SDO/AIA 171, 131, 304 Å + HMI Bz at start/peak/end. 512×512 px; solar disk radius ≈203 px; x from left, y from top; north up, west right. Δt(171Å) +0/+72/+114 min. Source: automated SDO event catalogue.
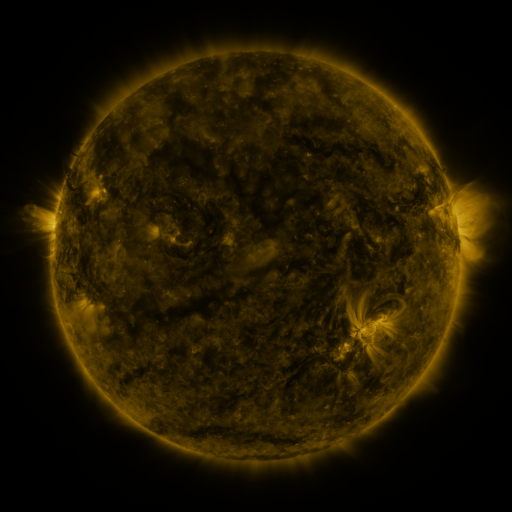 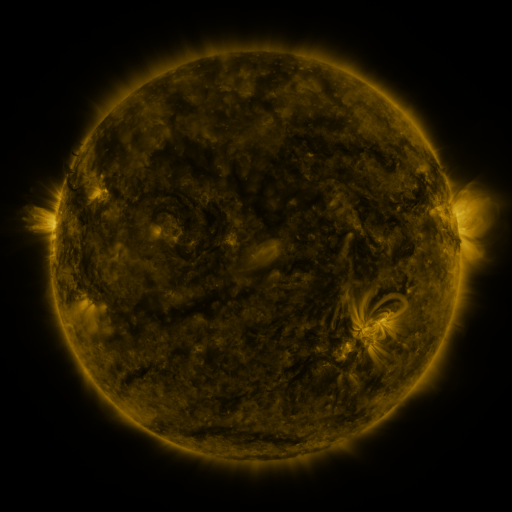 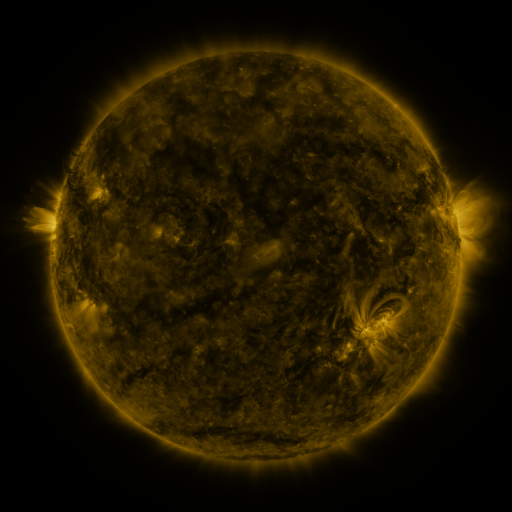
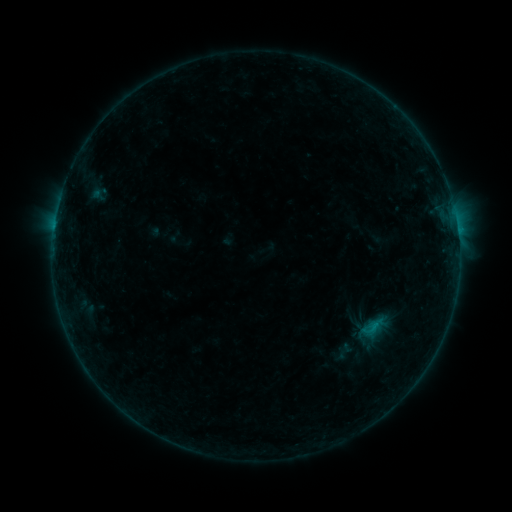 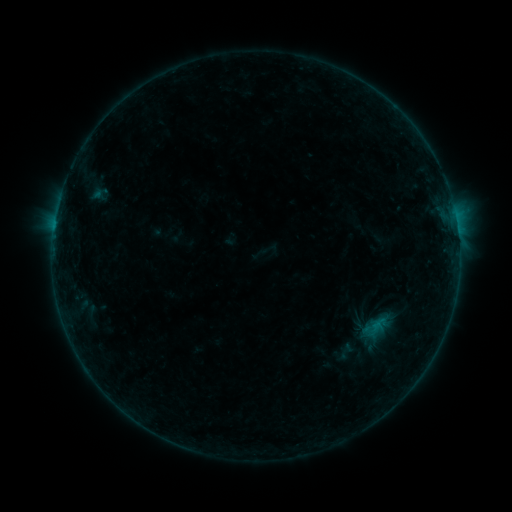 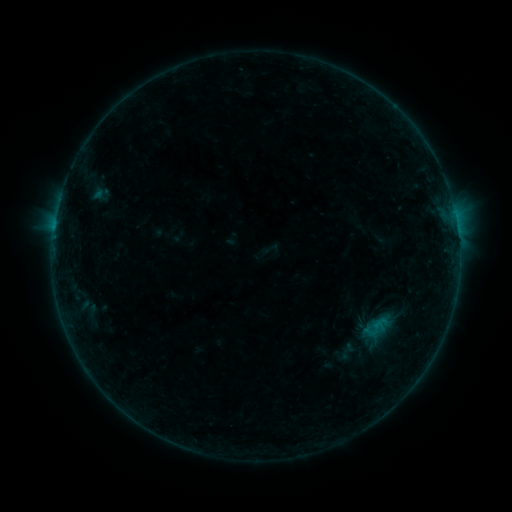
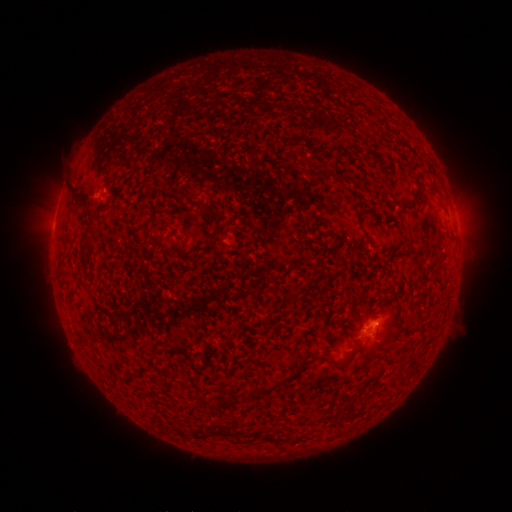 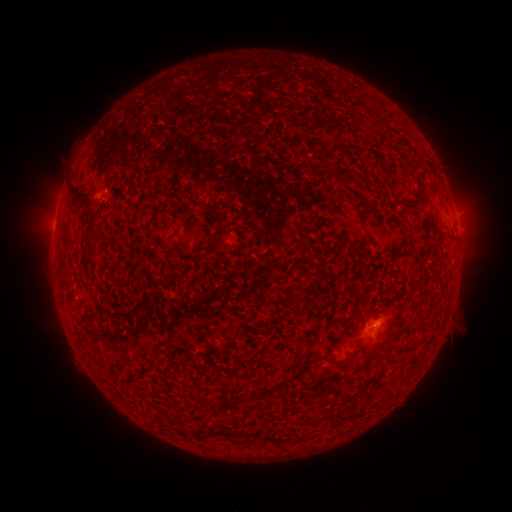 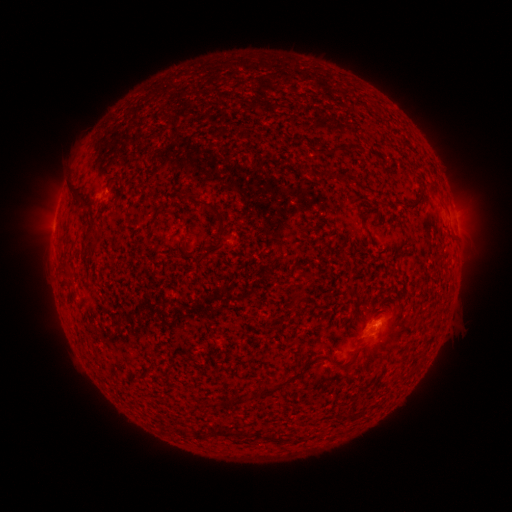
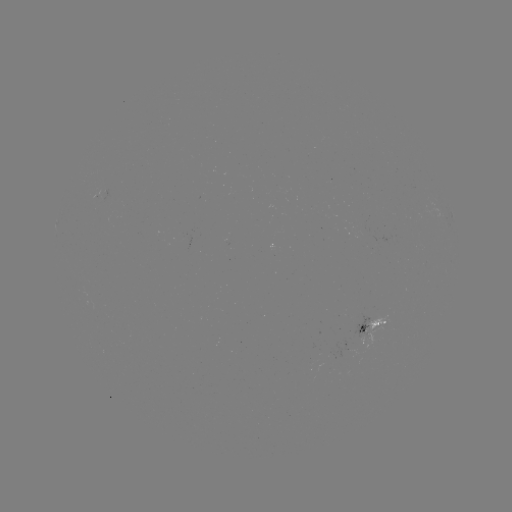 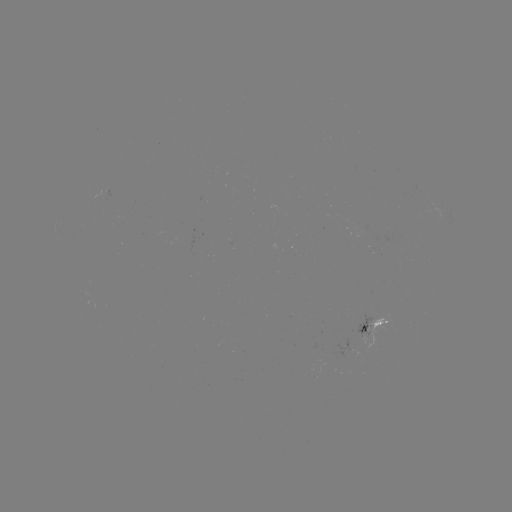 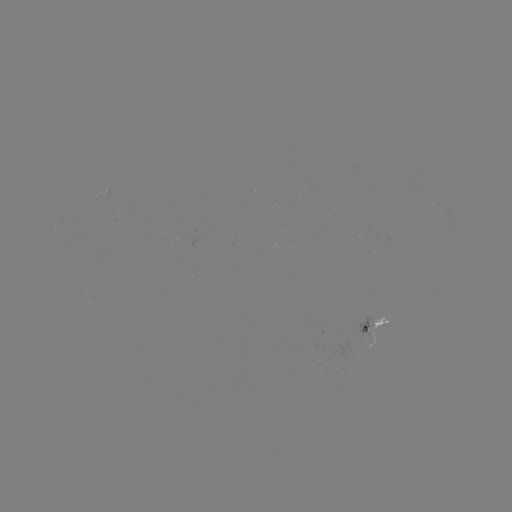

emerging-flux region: [92, 189, 102, 201]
